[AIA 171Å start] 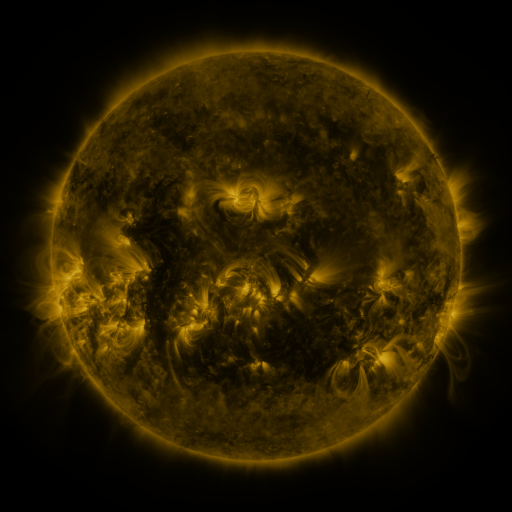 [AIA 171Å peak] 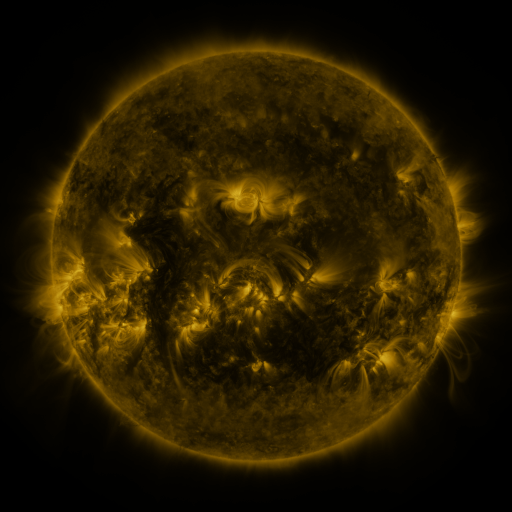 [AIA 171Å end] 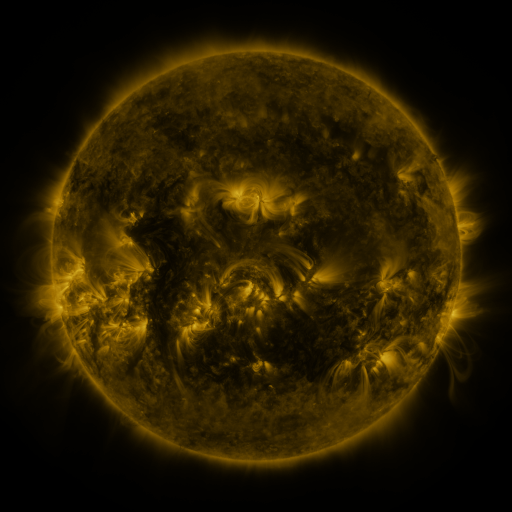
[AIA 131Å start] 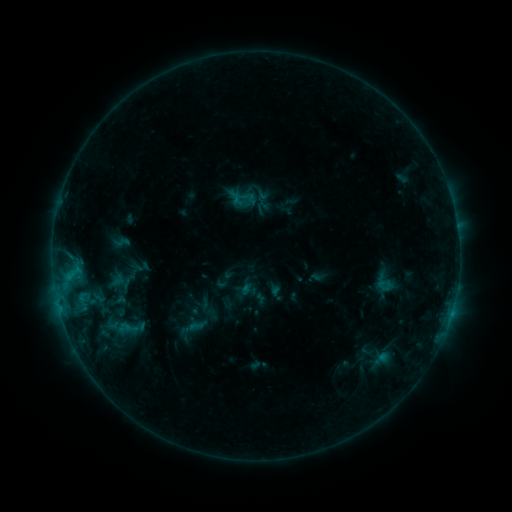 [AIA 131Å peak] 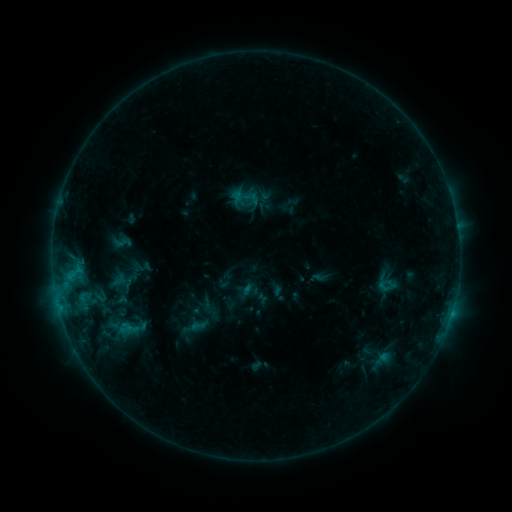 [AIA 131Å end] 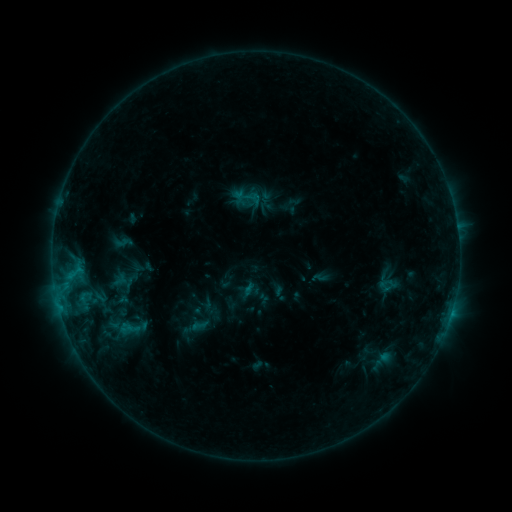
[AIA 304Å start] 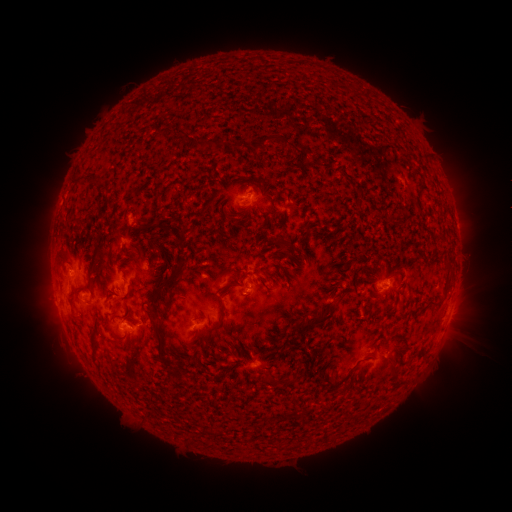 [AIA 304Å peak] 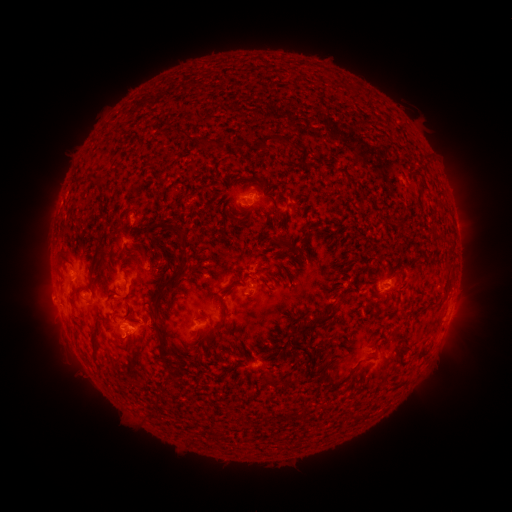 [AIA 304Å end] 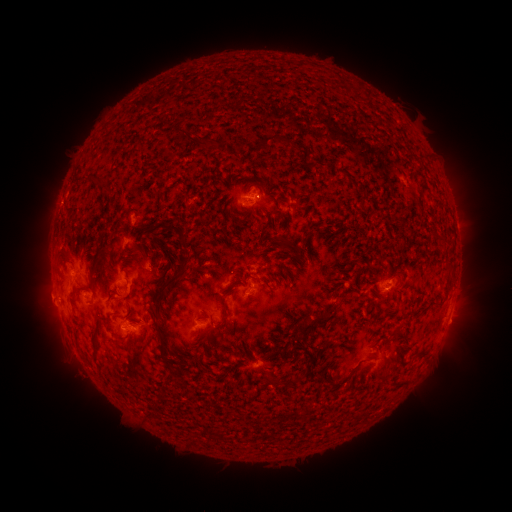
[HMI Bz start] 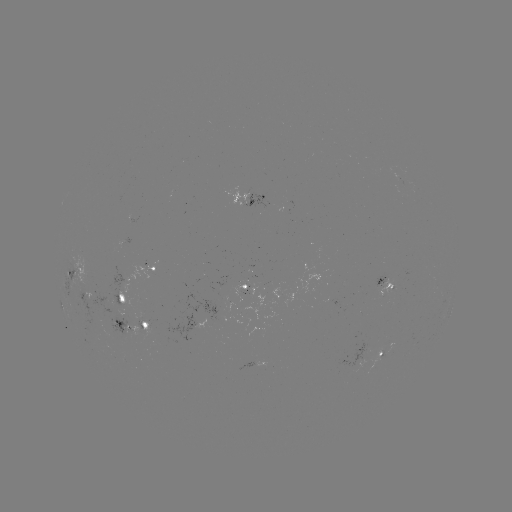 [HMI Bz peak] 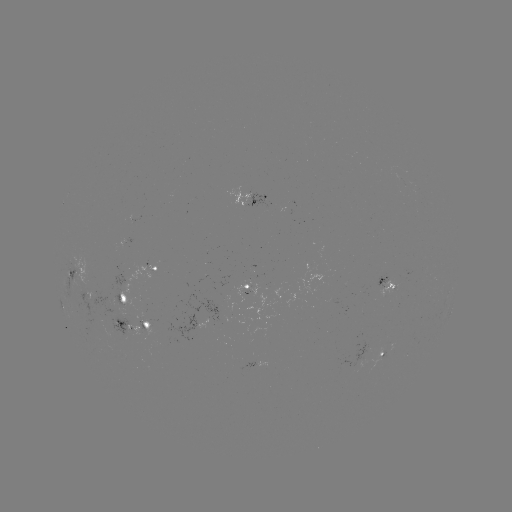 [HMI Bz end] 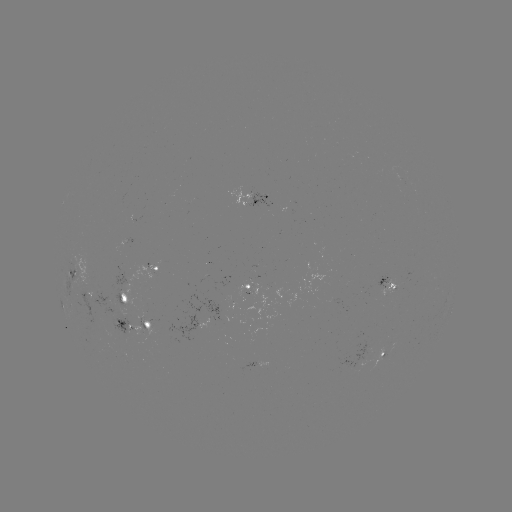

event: emerging-flux region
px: (391, 289)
